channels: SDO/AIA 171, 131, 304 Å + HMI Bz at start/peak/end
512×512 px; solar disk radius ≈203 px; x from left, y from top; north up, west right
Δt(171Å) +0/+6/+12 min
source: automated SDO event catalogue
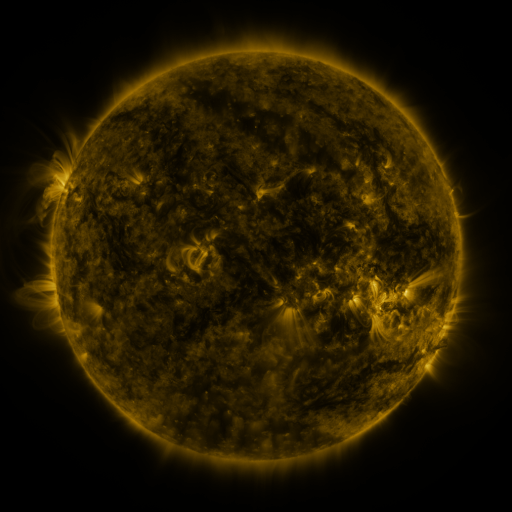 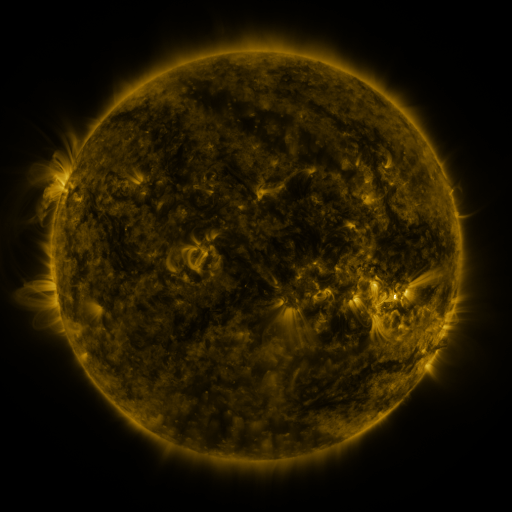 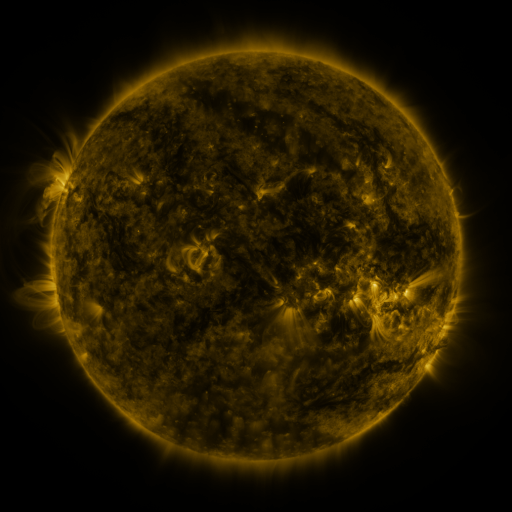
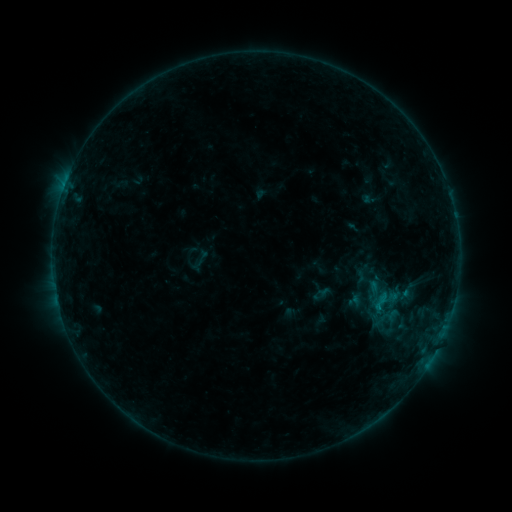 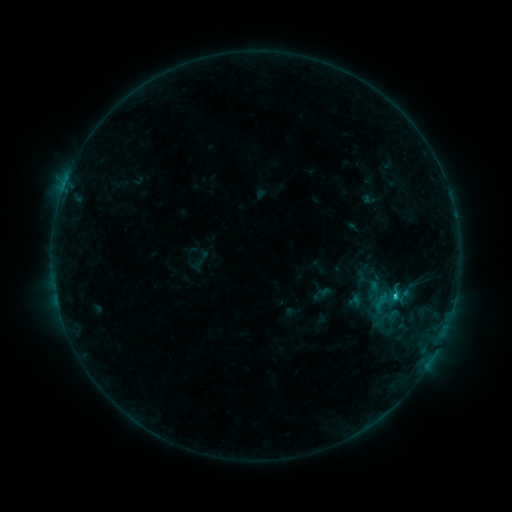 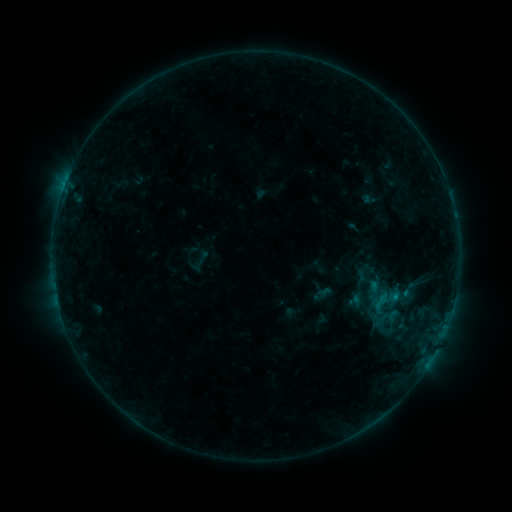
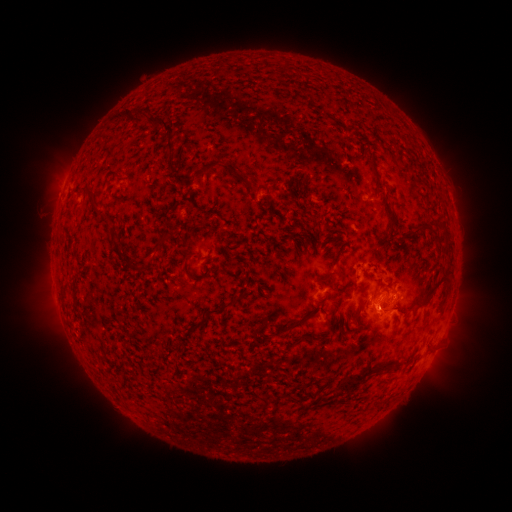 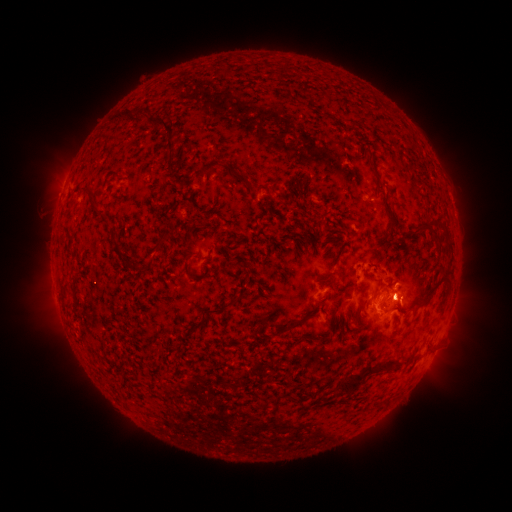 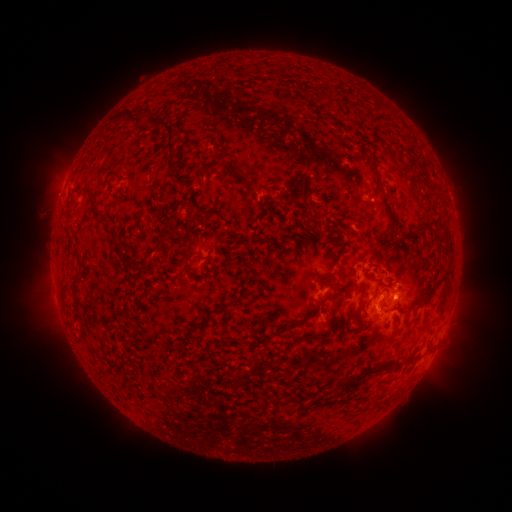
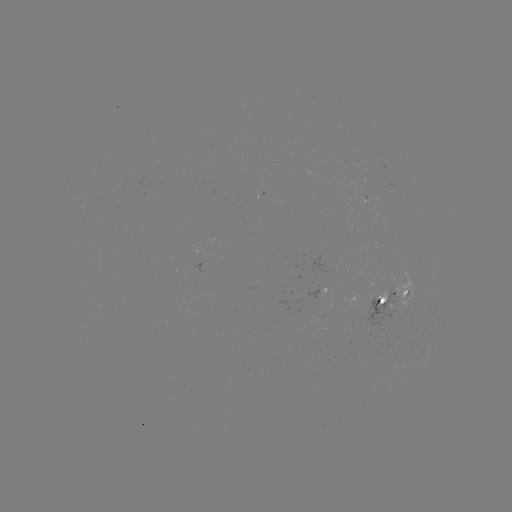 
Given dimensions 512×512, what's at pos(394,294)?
C1.1 flare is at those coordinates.